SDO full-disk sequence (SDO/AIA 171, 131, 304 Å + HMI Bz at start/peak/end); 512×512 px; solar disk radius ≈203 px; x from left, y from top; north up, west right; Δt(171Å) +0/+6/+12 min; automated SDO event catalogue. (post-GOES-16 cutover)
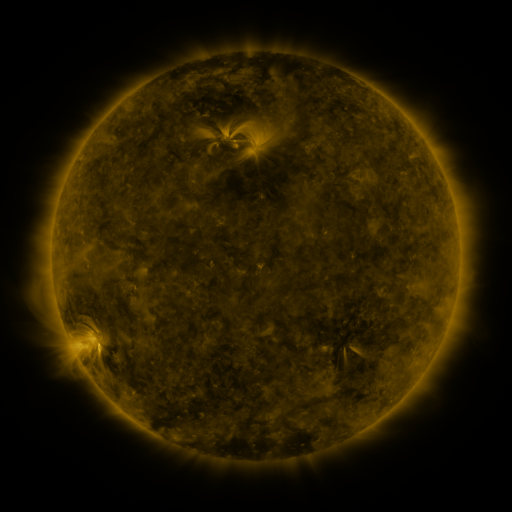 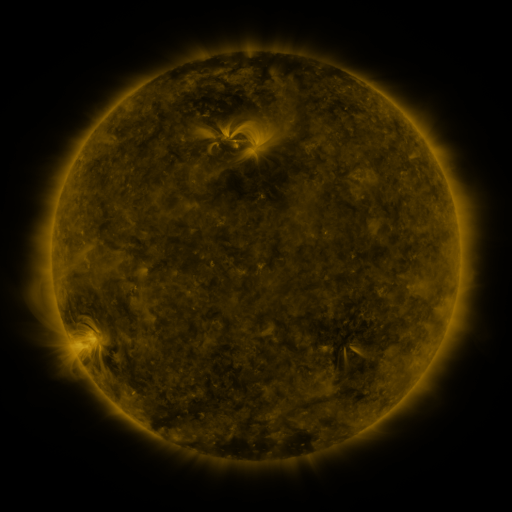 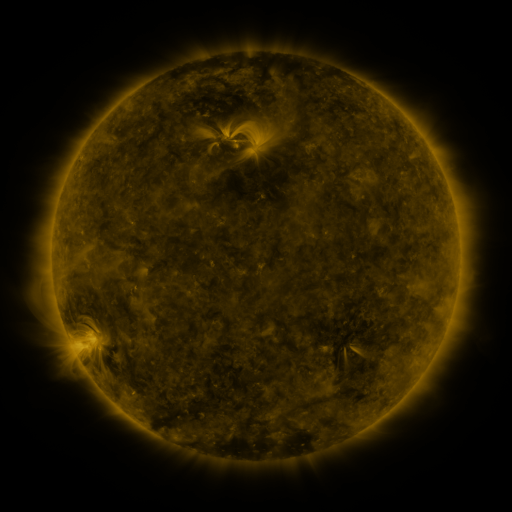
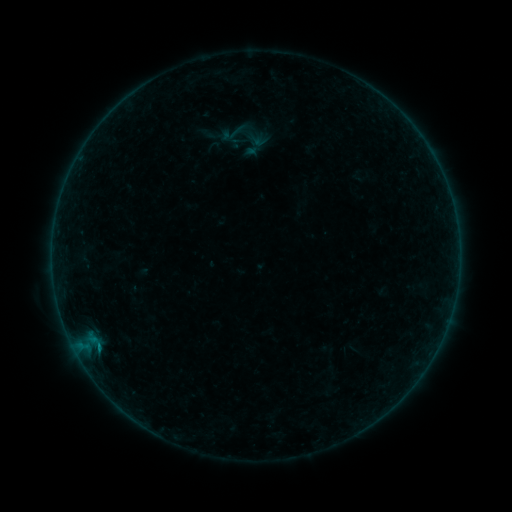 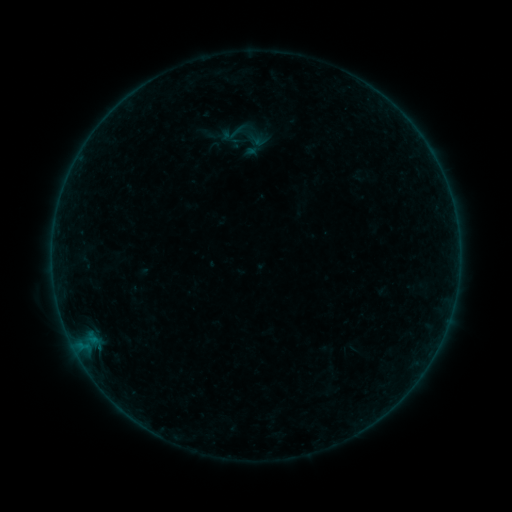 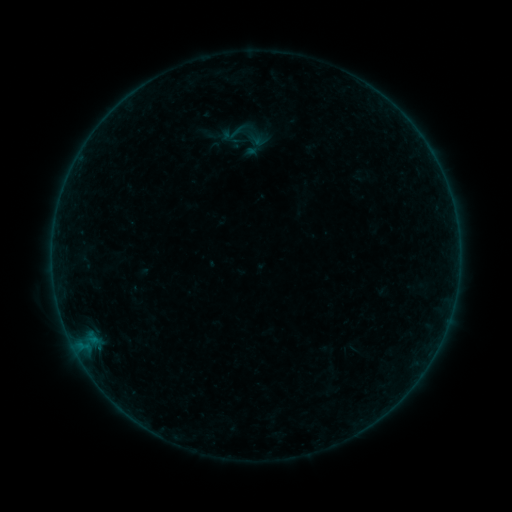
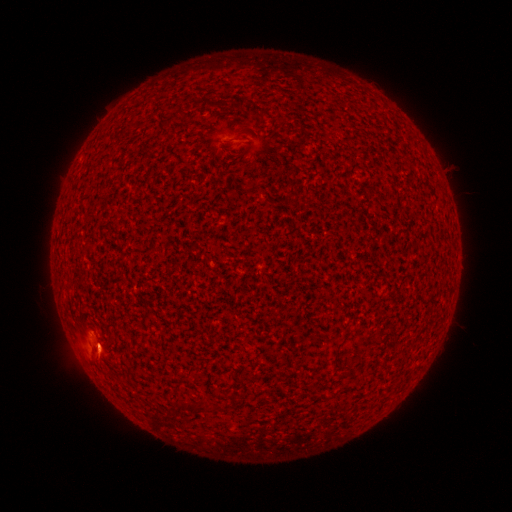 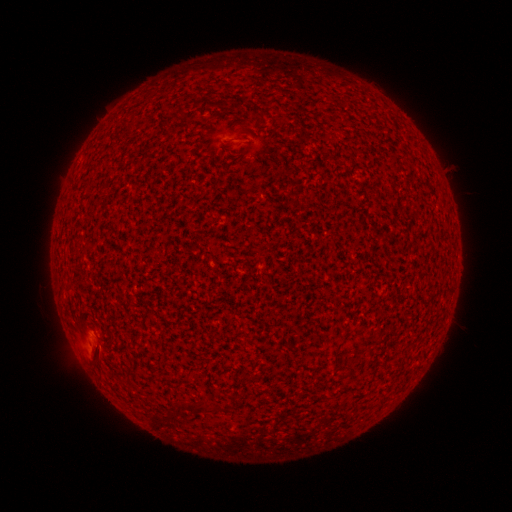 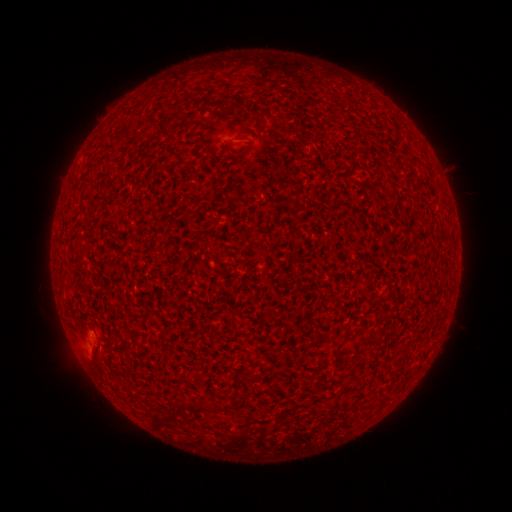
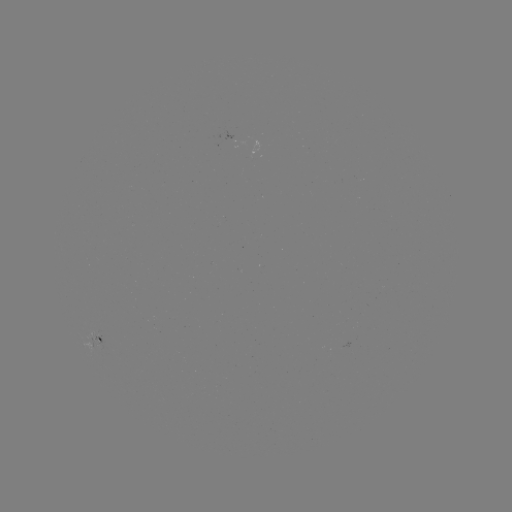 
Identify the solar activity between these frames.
B1.2 flare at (97, 345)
